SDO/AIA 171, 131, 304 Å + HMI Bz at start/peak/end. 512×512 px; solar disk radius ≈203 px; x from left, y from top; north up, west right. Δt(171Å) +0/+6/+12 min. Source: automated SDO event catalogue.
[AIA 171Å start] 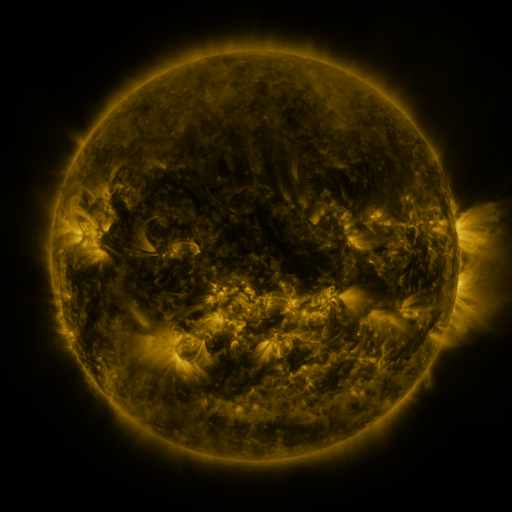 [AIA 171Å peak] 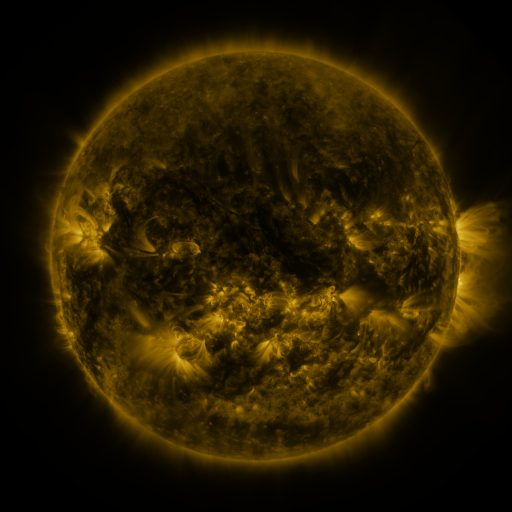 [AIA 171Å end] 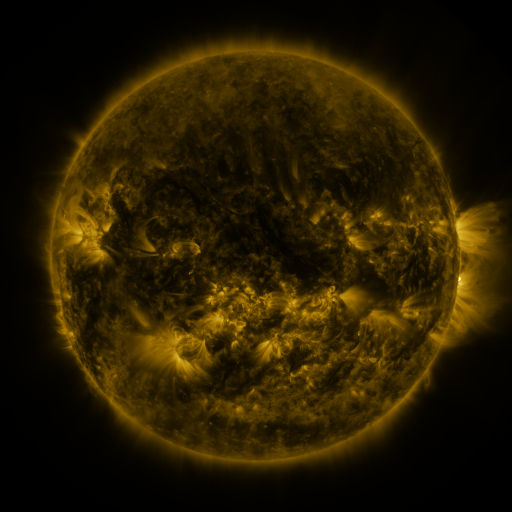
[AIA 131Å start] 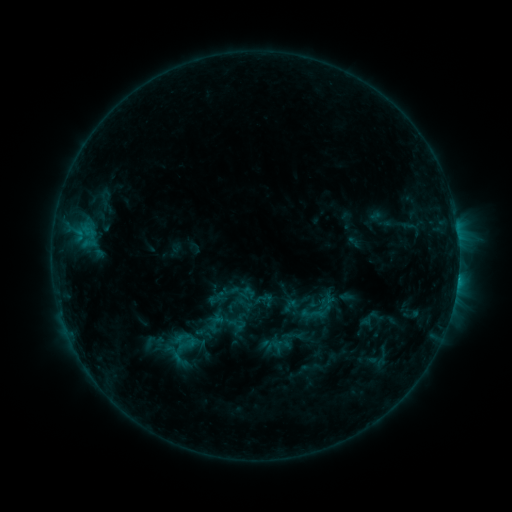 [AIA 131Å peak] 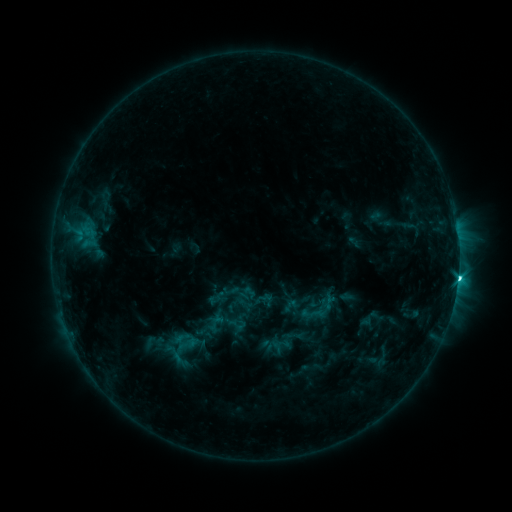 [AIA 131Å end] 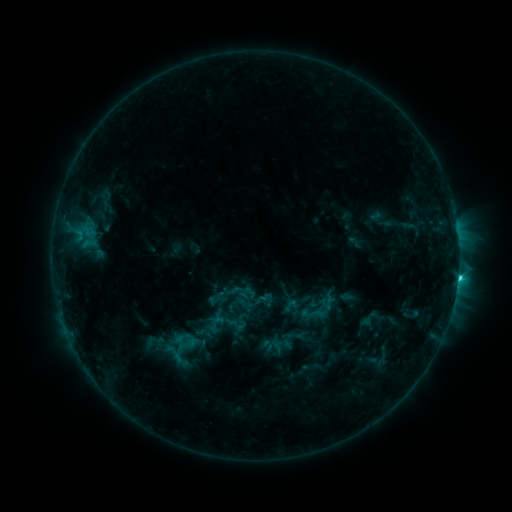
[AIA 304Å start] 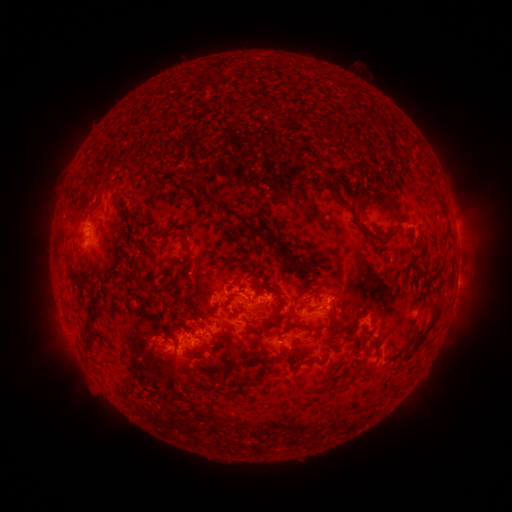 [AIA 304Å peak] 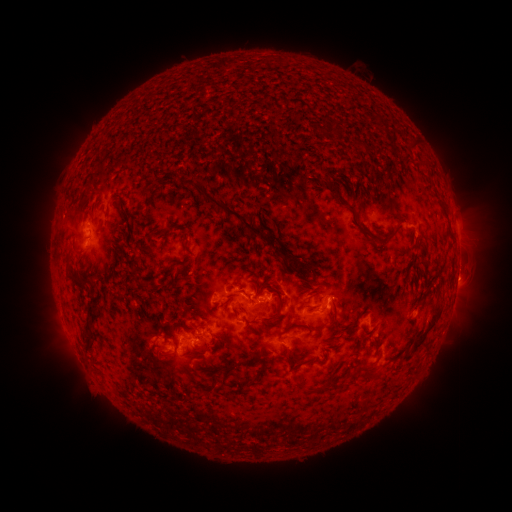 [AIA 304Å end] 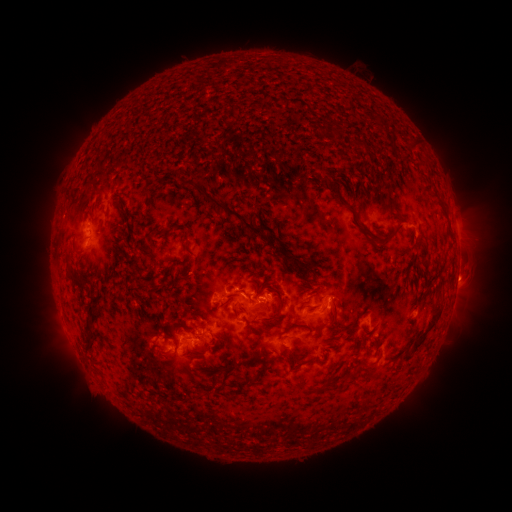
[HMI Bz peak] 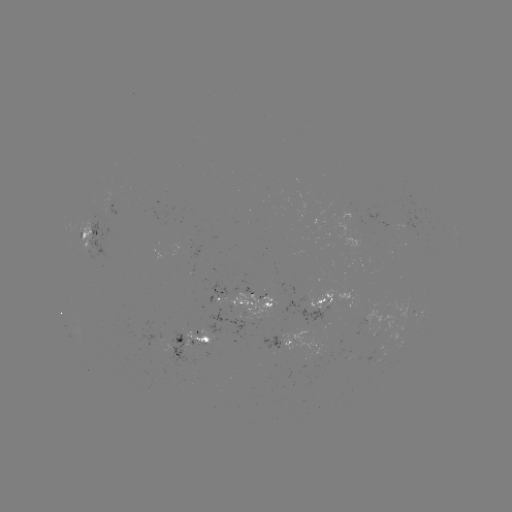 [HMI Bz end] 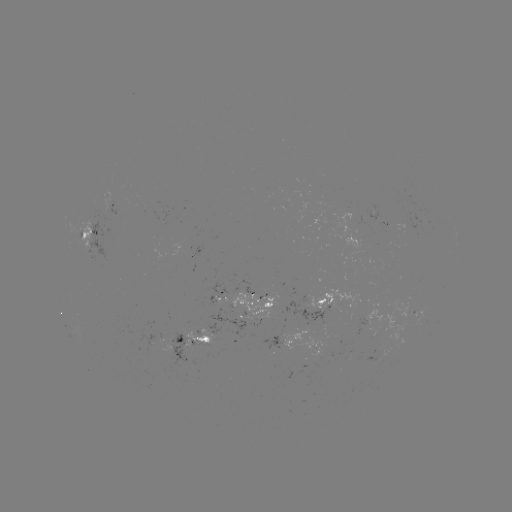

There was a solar flare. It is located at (458, 277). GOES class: C3.4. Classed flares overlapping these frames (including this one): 1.